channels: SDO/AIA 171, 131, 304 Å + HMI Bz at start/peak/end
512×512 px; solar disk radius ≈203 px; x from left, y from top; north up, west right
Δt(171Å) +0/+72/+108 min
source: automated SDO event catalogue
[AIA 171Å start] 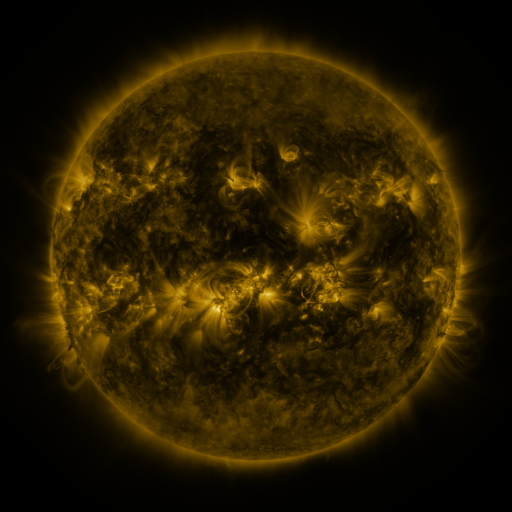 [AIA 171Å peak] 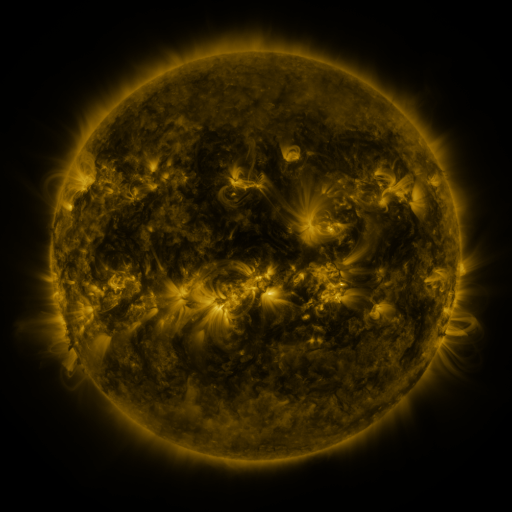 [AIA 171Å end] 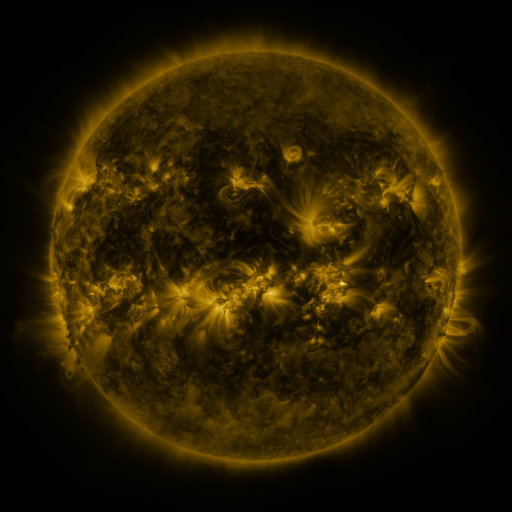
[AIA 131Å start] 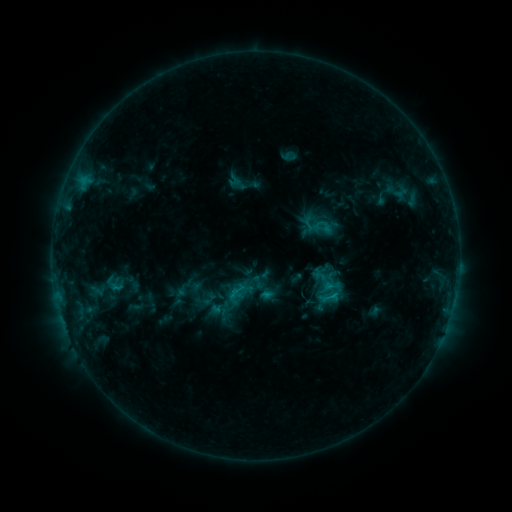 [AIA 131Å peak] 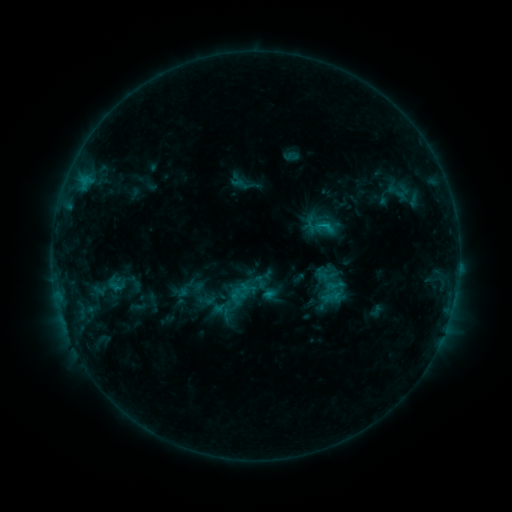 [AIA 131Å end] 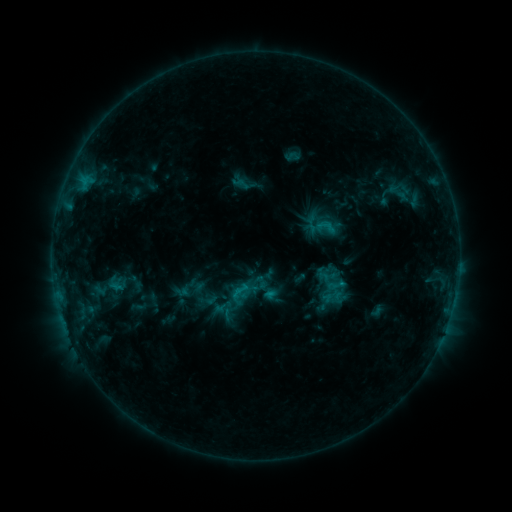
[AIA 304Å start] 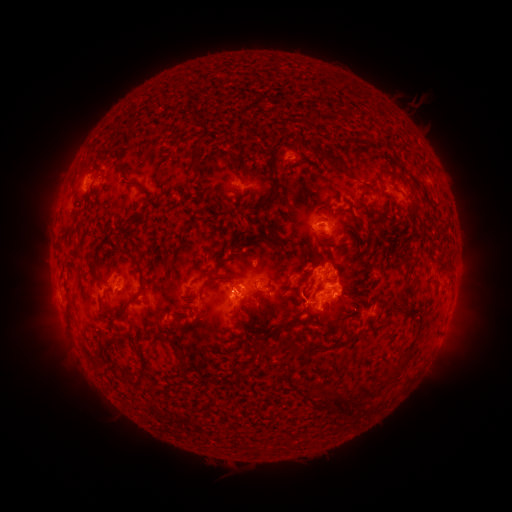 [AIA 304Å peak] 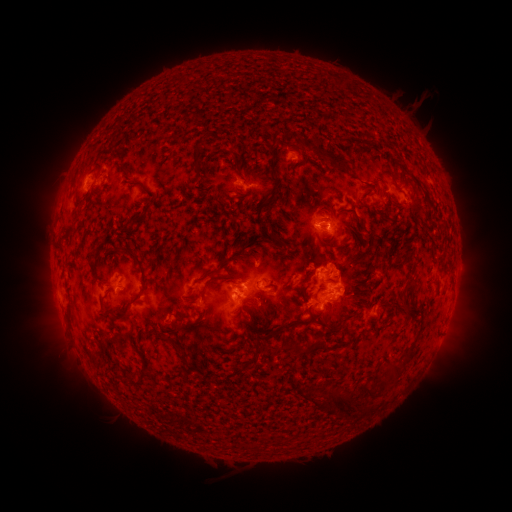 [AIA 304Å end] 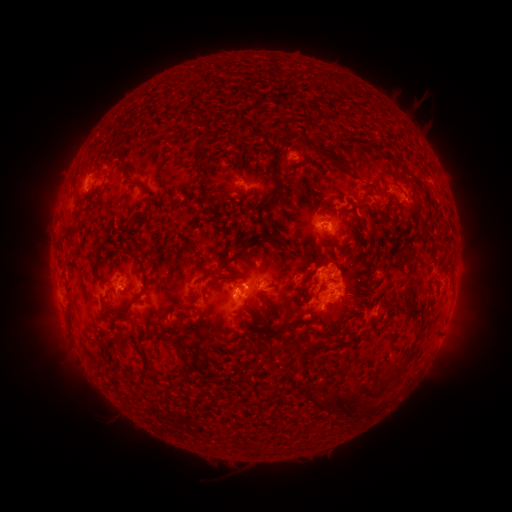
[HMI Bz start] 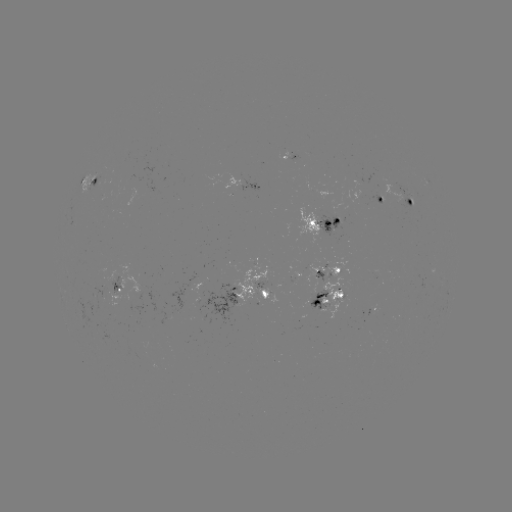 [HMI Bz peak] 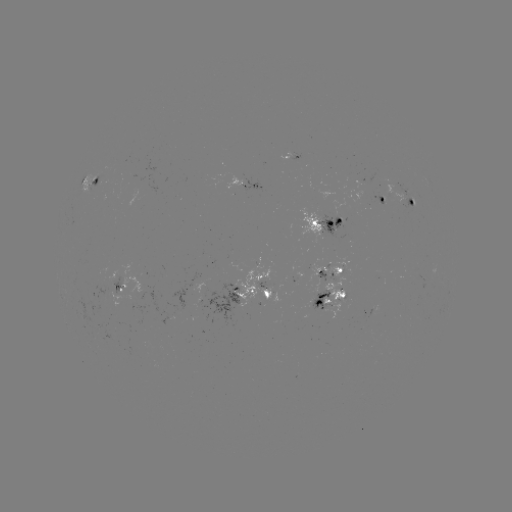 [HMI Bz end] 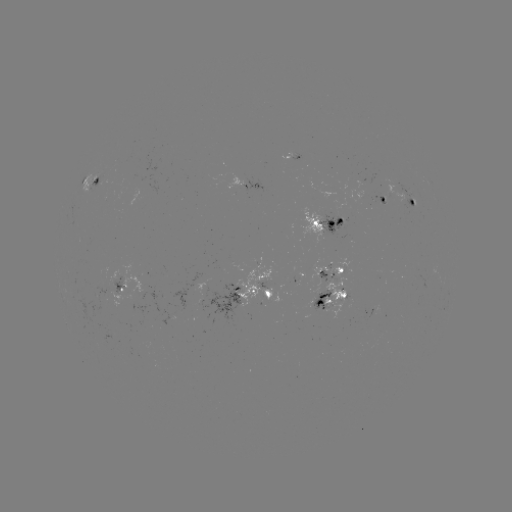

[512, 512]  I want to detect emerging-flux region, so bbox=[103, 266, 121, 291].